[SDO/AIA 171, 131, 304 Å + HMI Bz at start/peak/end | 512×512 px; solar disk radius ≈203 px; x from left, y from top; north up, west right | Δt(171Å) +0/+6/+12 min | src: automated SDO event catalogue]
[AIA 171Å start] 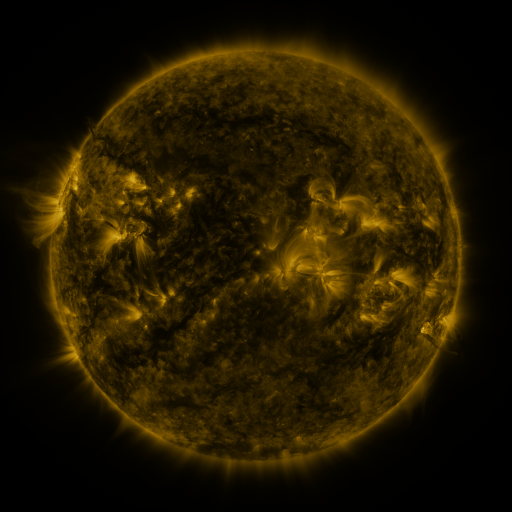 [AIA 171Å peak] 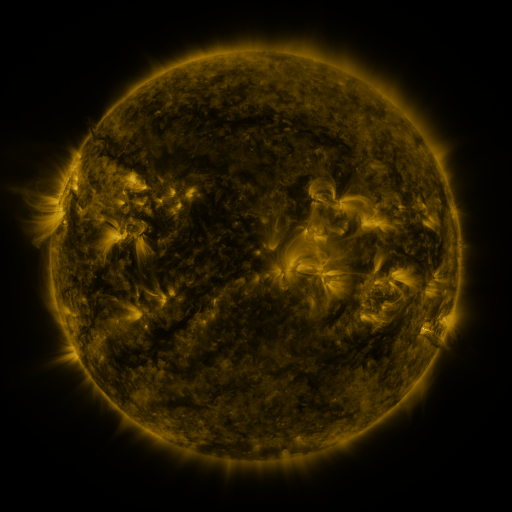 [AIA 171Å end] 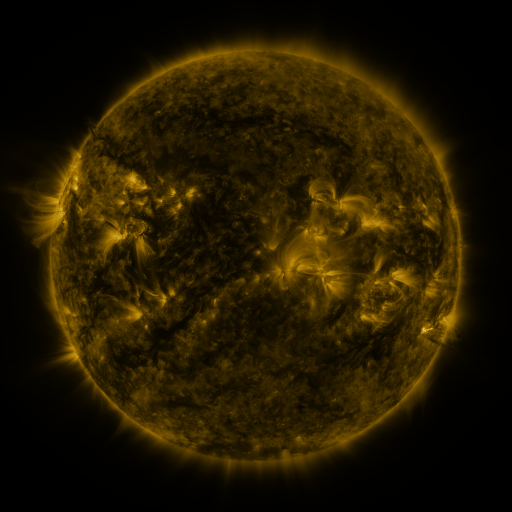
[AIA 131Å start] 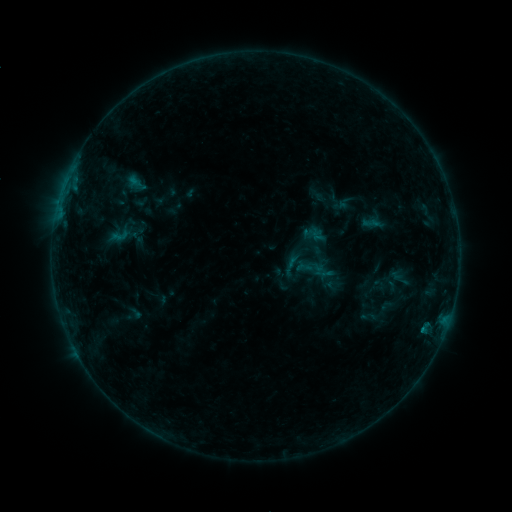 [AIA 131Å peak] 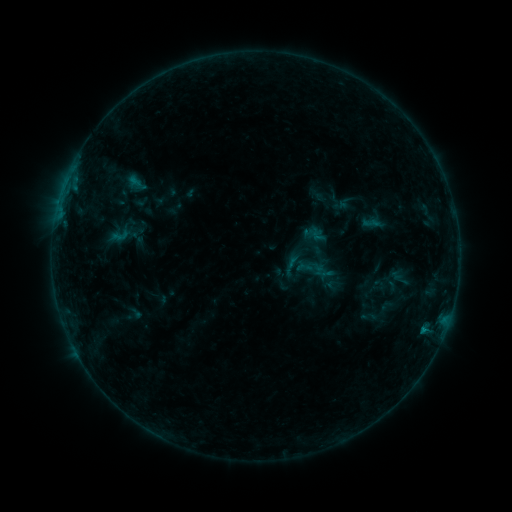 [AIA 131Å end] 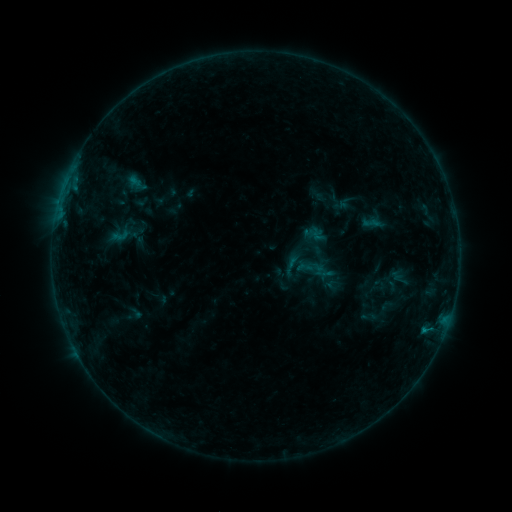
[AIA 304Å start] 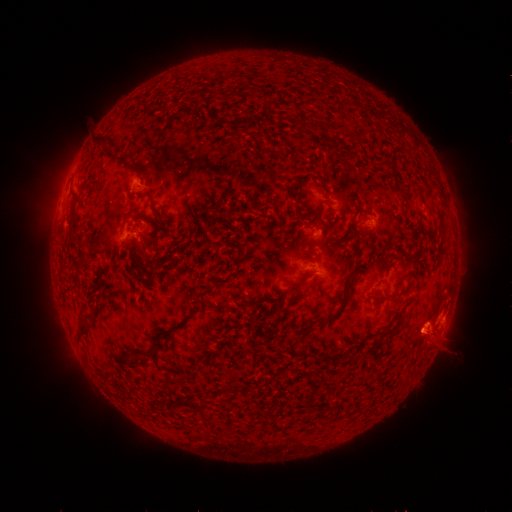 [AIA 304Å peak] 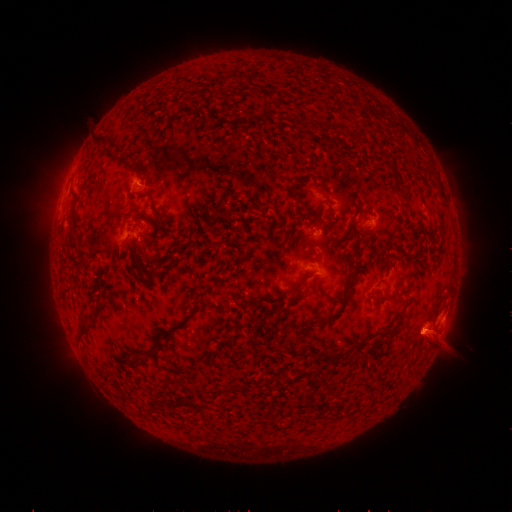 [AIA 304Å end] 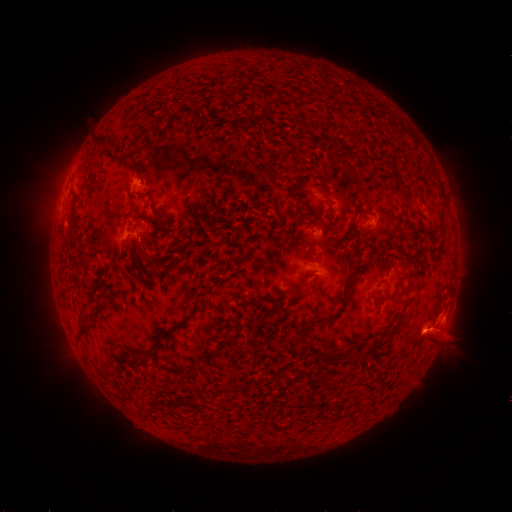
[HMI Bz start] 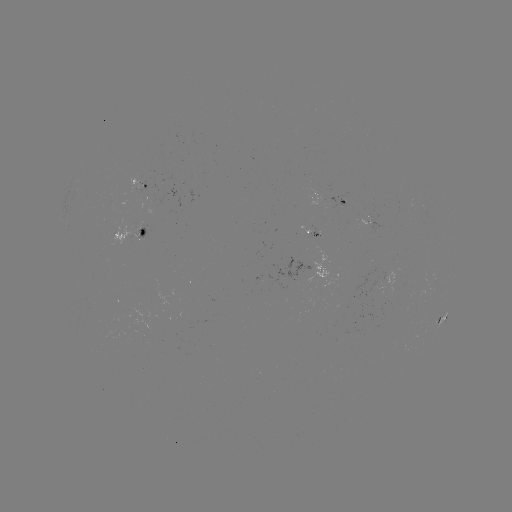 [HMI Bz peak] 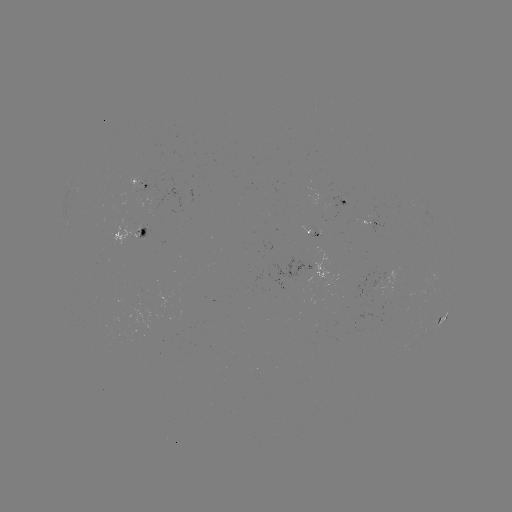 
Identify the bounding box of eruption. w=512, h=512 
[416, 312, 468, 365].